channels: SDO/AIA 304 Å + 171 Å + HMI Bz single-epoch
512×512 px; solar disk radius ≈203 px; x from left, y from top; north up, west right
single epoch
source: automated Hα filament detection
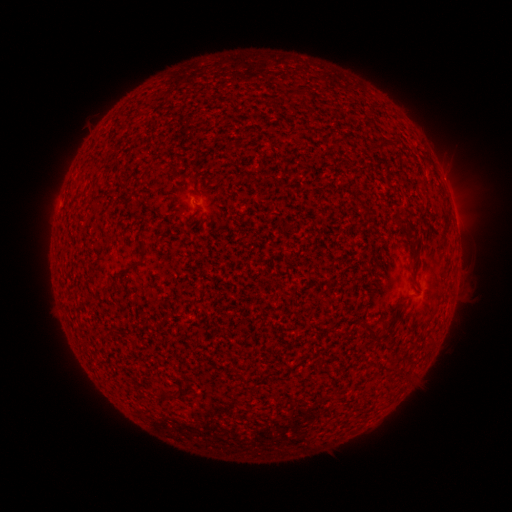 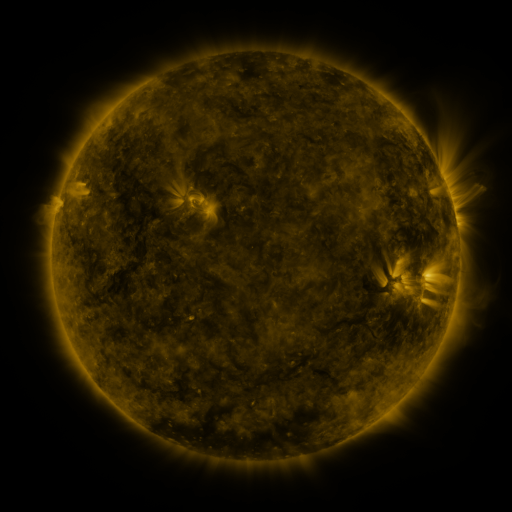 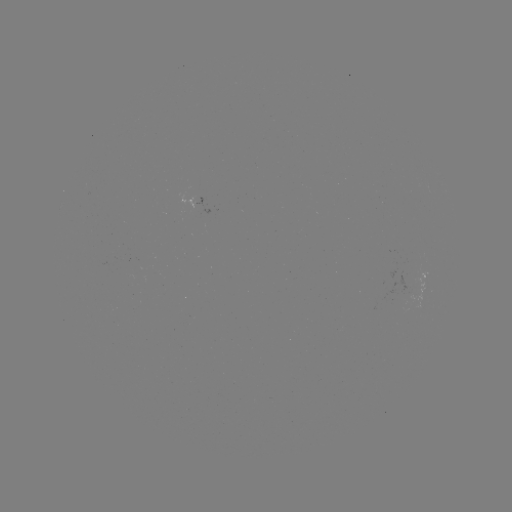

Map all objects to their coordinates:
filament: (406, 220)
filament: (142, 250)
filament: (373, 332)
filament: (321, 365)
filament: (167, 396)
